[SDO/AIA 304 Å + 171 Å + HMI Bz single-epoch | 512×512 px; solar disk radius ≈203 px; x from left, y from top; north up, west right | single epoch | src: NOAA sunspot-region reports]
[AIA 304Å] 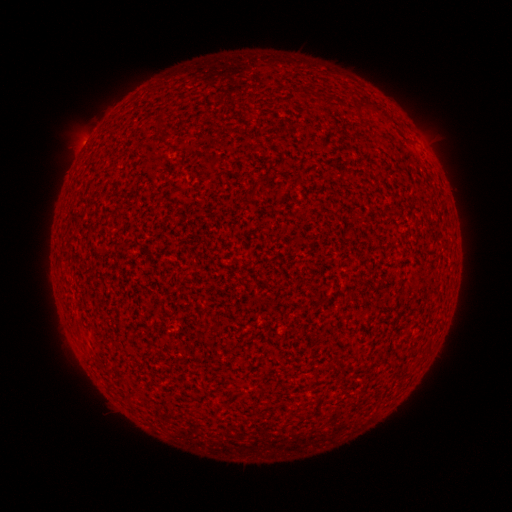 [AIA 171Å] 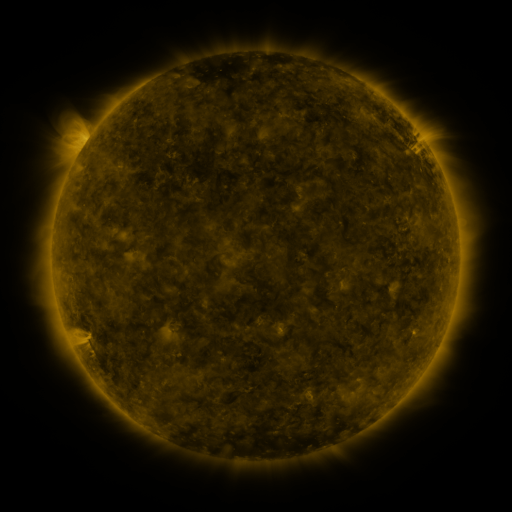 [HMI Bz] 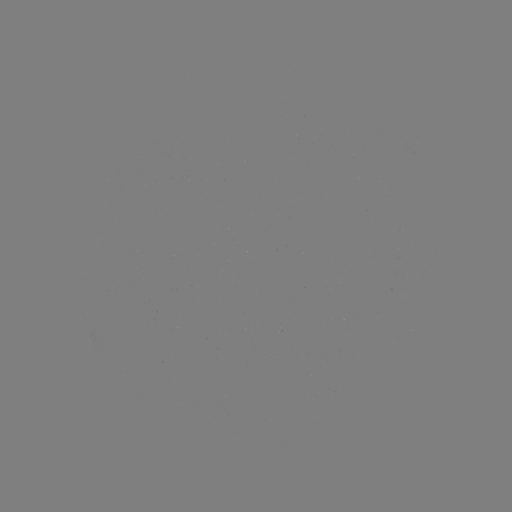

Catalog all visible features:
(none)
